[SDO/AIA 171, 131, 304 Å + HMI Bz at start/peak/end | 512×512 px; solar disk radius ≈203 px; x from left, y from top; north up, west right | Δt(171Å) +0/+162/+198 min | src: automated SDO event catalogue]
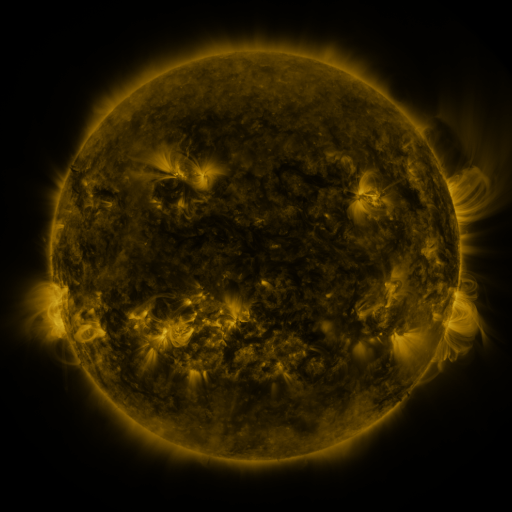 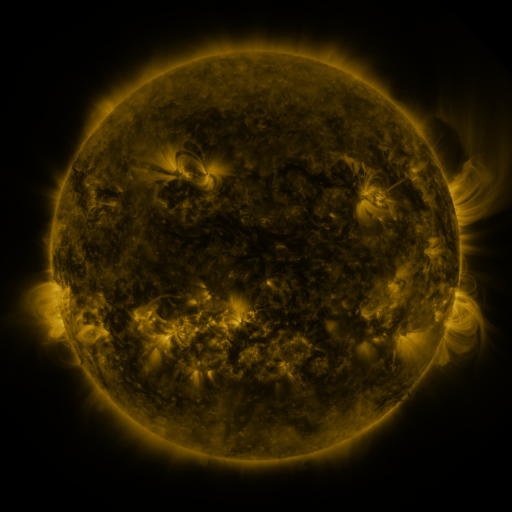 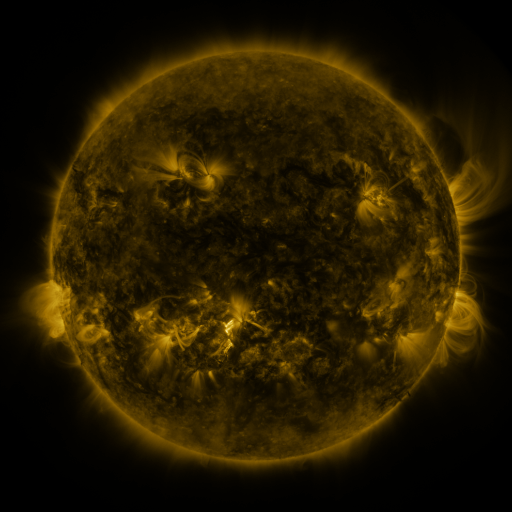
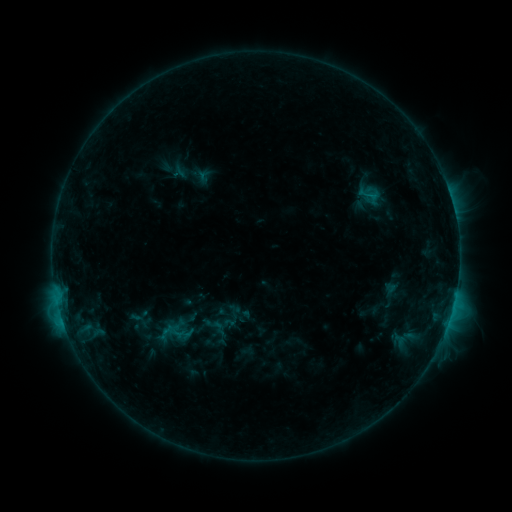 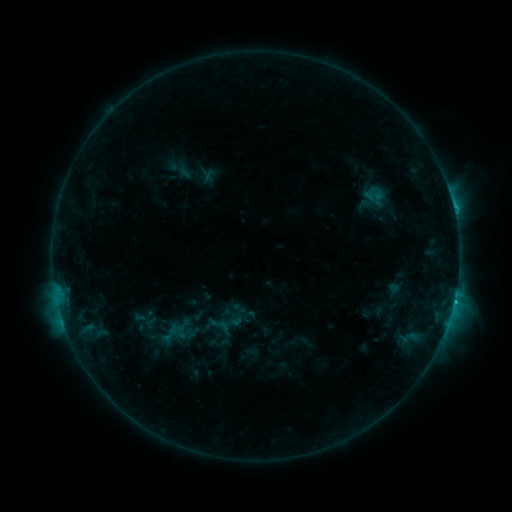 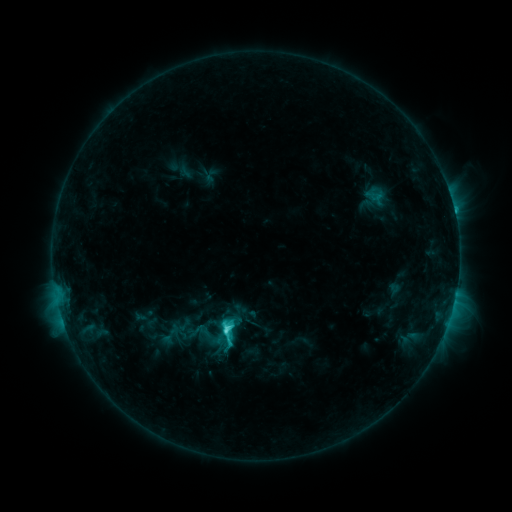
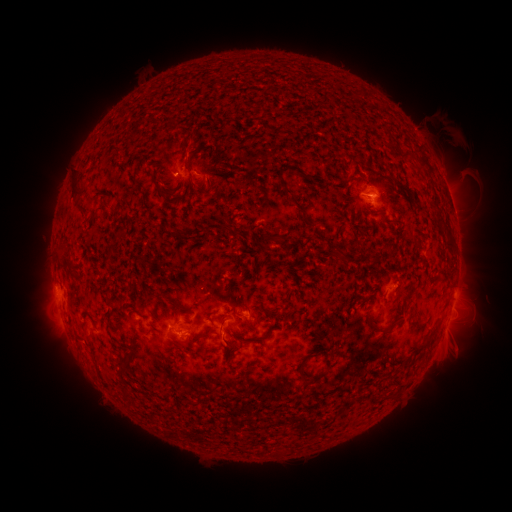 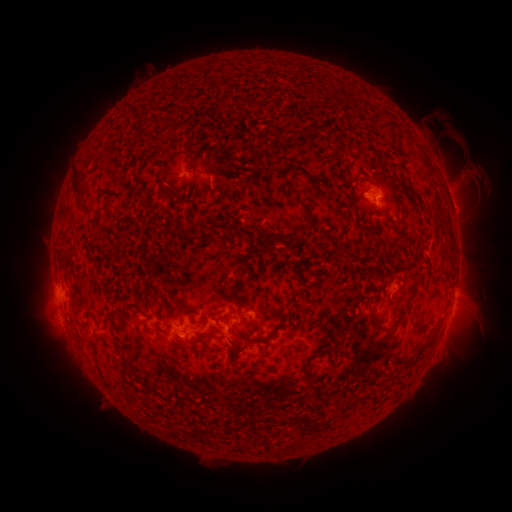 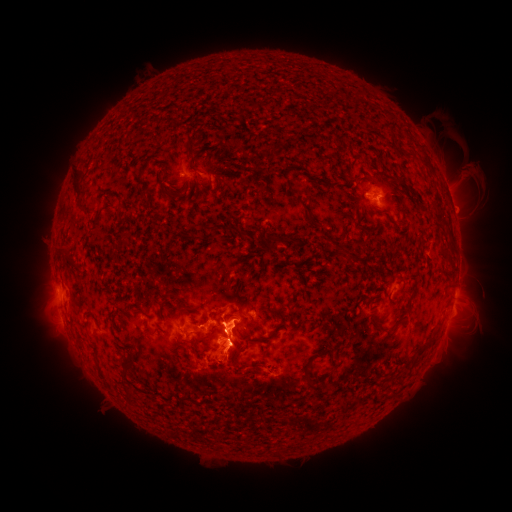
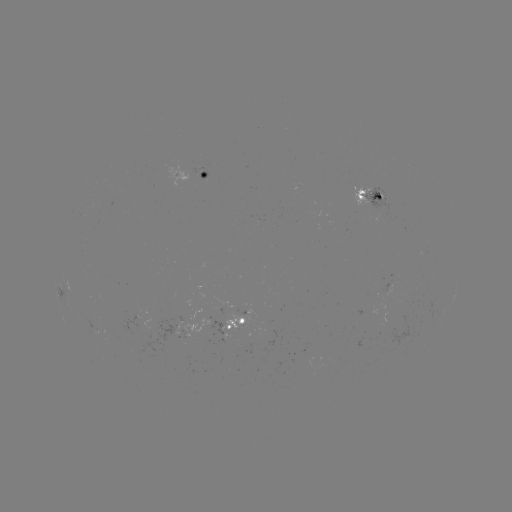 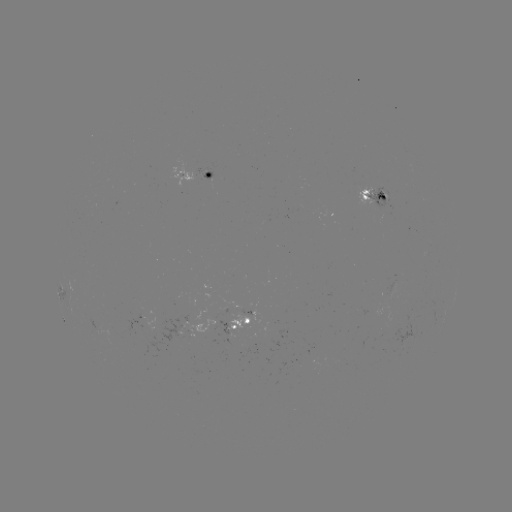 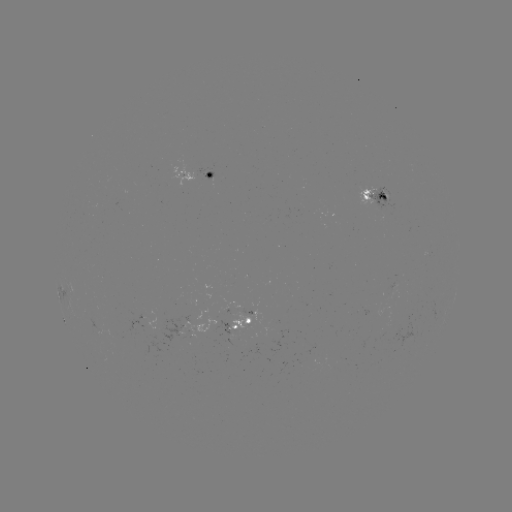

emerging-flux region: <bbox>195, 167, 214, 179</bbox>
